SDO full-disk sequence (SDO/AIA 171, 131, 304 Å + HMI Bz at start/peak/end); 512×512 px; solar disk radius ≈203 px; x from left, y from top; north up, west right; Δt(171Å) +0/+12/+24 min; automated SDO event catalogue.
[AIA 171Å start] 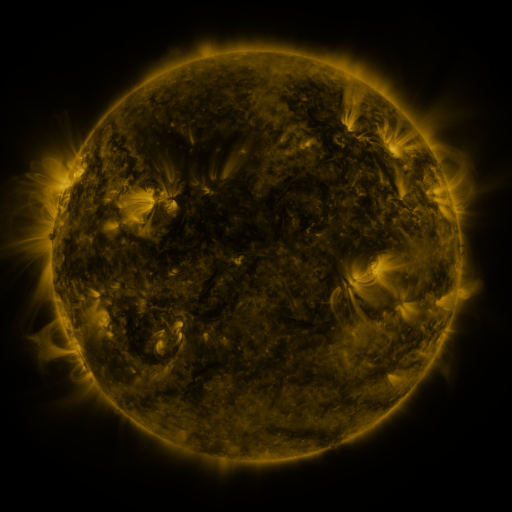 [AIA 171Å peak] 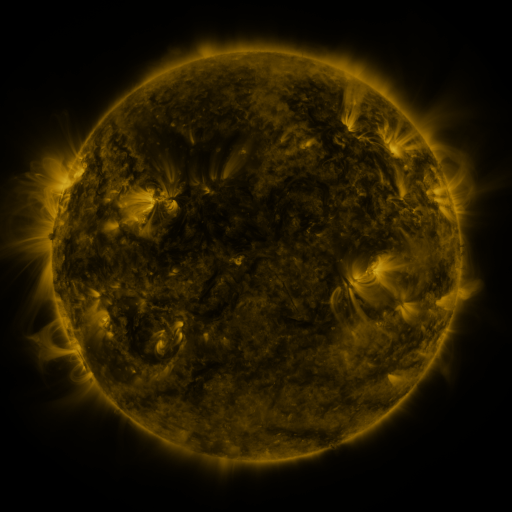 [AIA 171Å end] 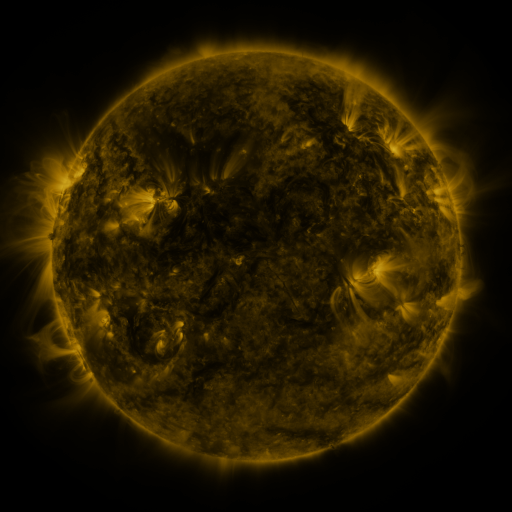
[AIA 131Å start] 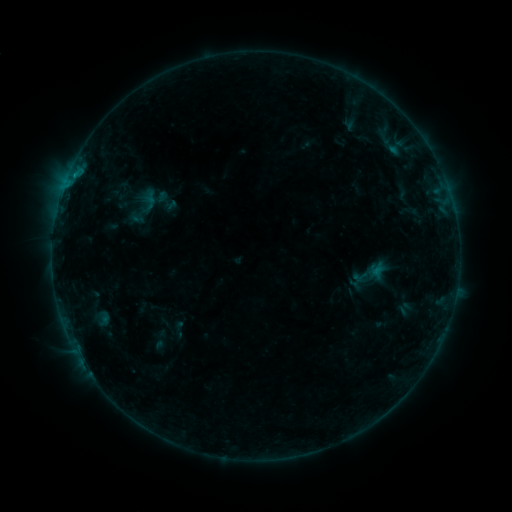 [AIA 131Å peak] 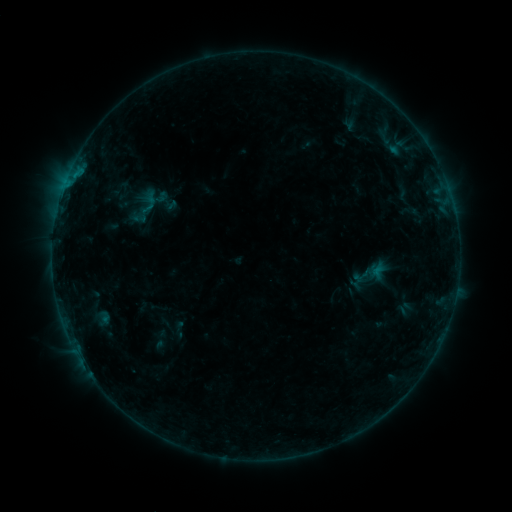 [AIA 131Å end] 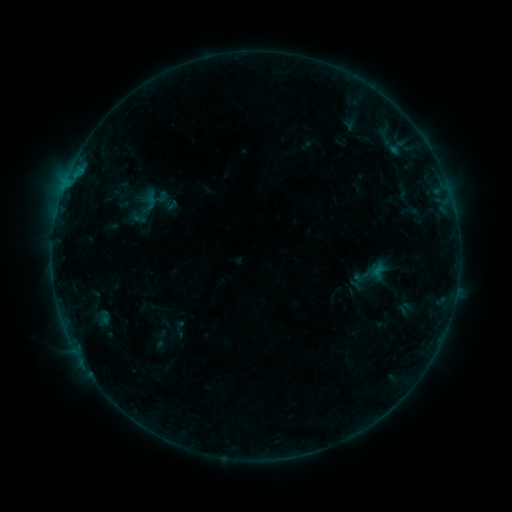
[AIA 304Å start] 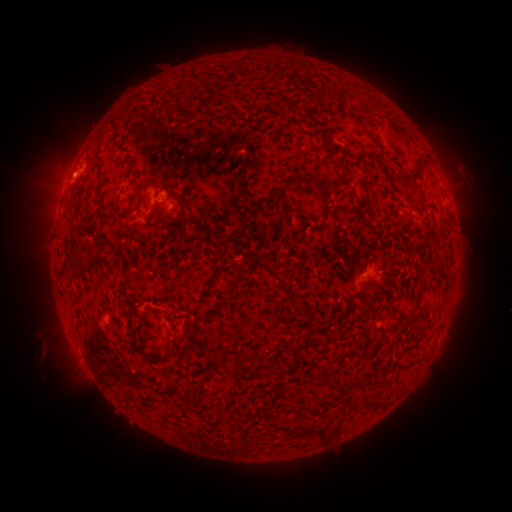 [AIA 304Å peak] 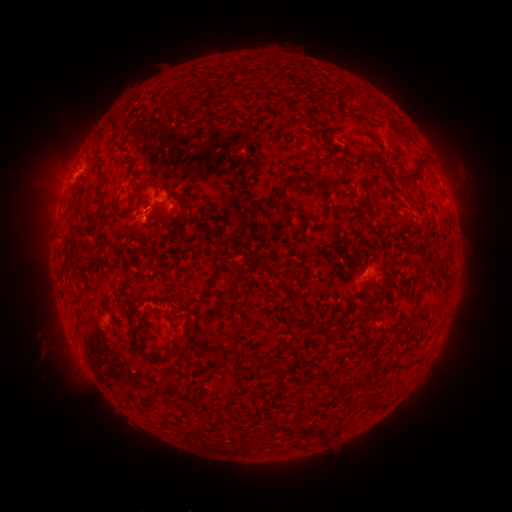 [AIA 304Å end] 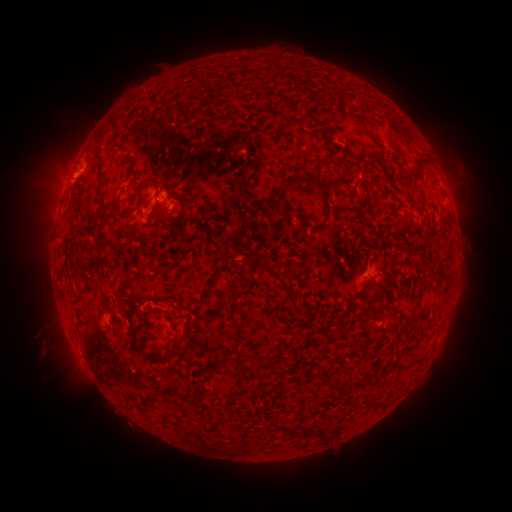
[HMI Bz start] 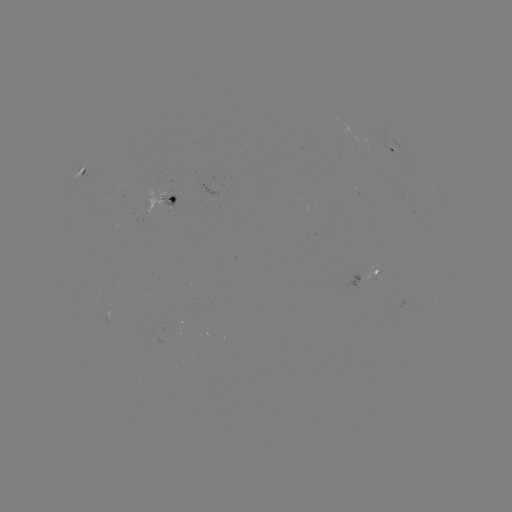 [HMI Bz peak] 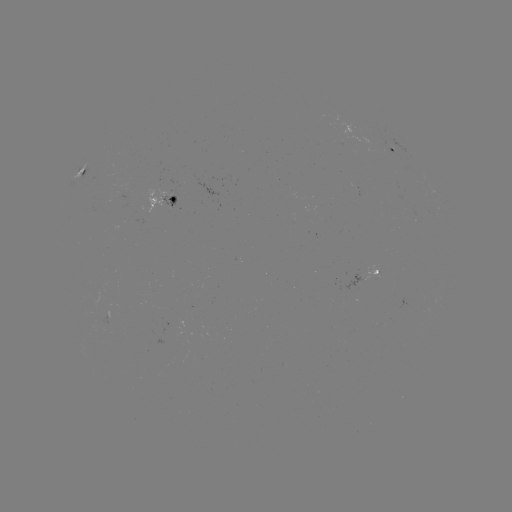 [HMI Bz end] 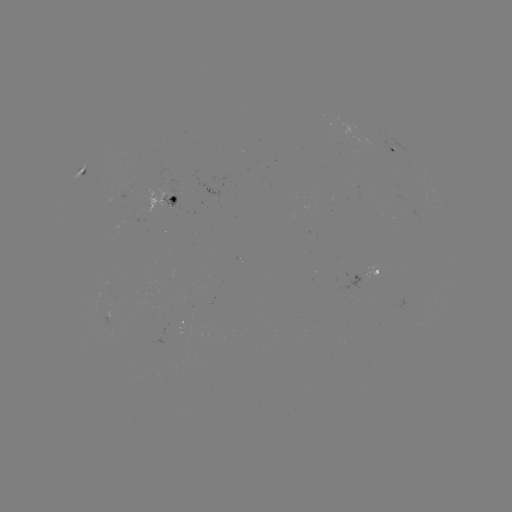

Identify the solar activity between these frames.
no catalogued flare and no flagged EUV brightening in this window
